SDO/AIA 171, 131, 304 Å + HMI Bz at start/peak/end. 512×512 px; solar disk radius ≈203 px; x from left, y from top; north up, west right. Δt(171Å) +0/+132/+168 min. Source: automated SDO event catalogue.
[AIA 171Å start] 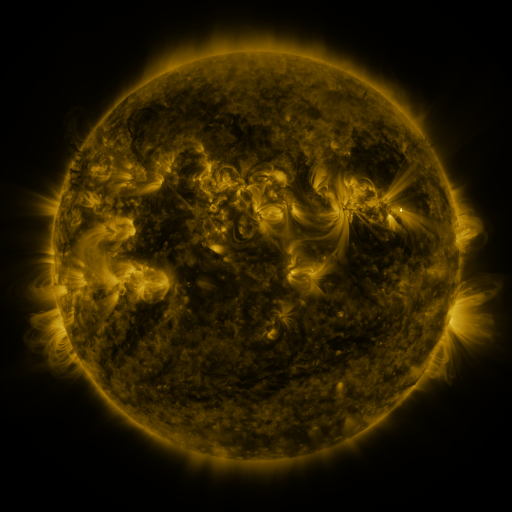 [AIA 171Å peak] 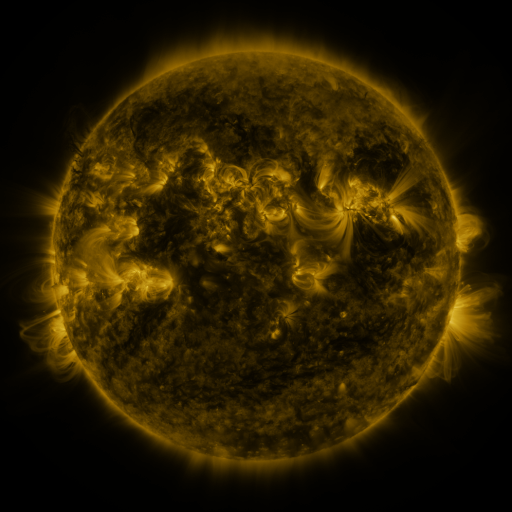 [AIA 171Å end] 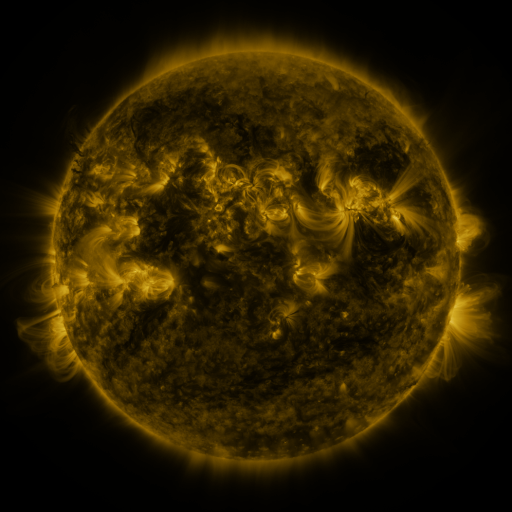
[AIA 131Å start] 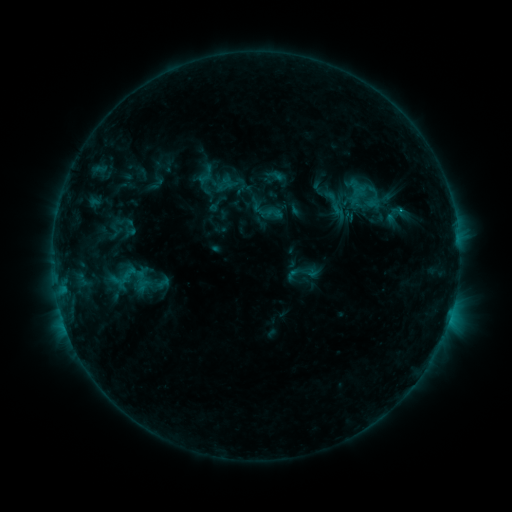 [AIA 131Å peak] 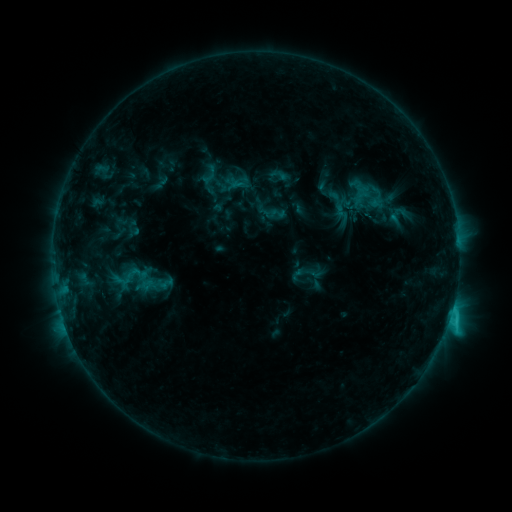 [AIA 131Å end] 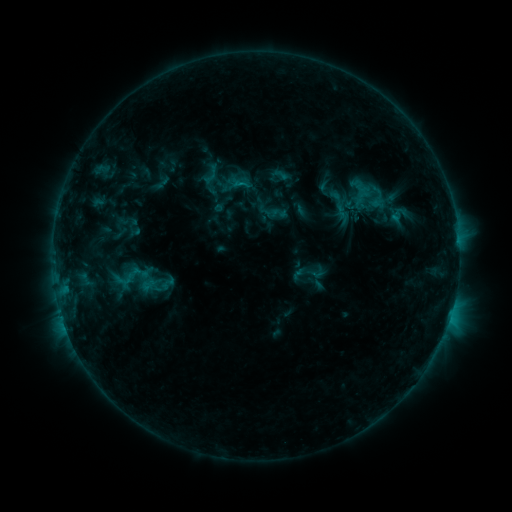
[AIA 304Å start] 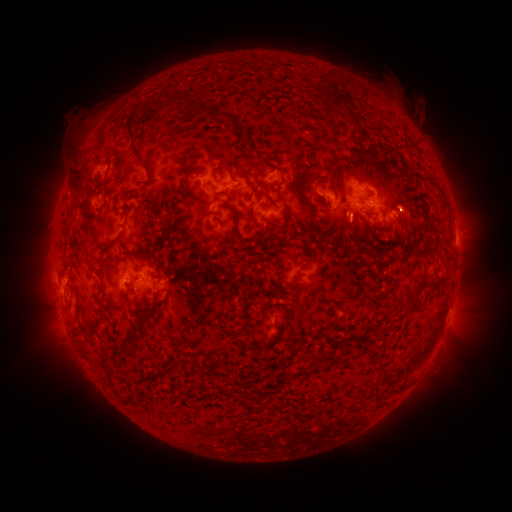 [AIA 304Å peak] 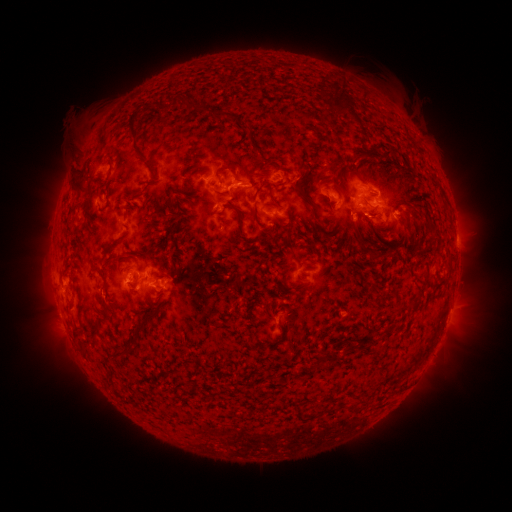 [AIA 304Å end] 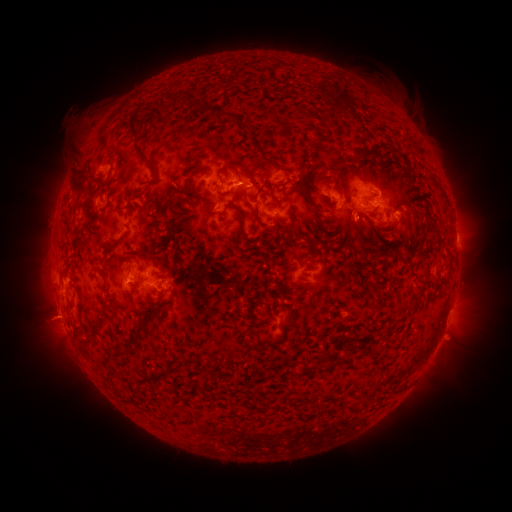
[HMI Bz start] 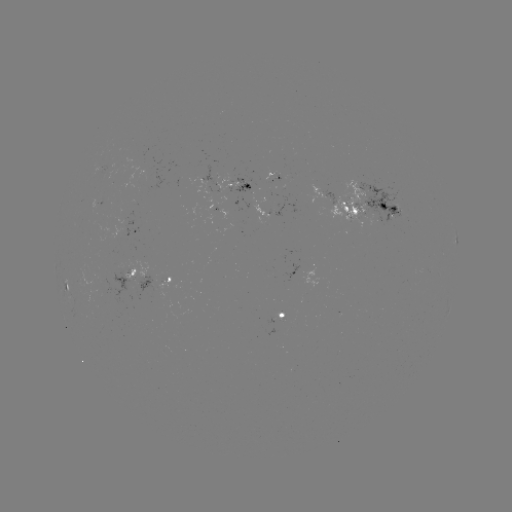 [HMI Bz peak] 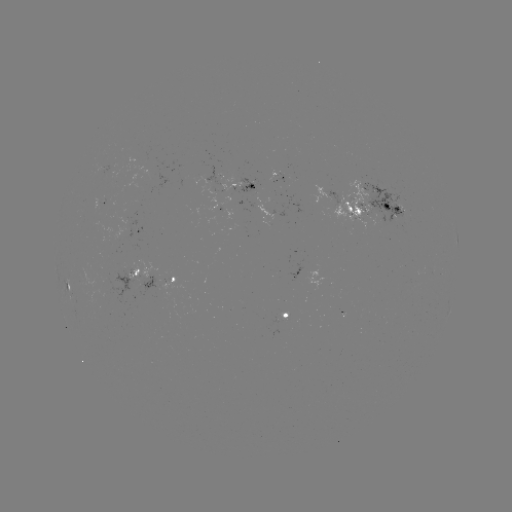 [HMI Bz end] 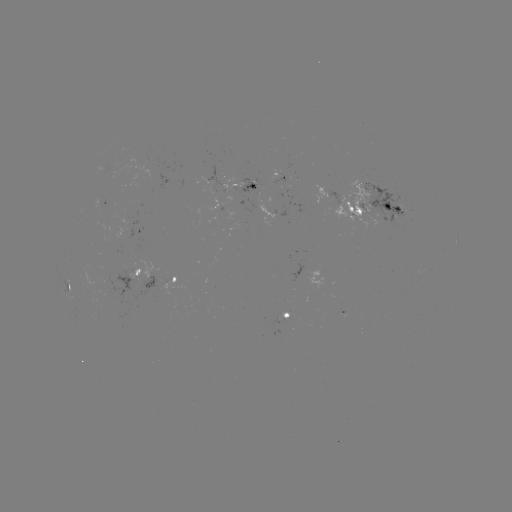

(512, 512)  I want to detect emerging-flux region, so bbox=[327, 180, 375, 232].